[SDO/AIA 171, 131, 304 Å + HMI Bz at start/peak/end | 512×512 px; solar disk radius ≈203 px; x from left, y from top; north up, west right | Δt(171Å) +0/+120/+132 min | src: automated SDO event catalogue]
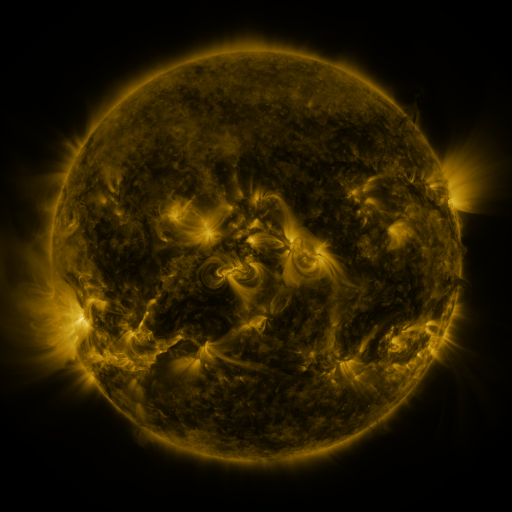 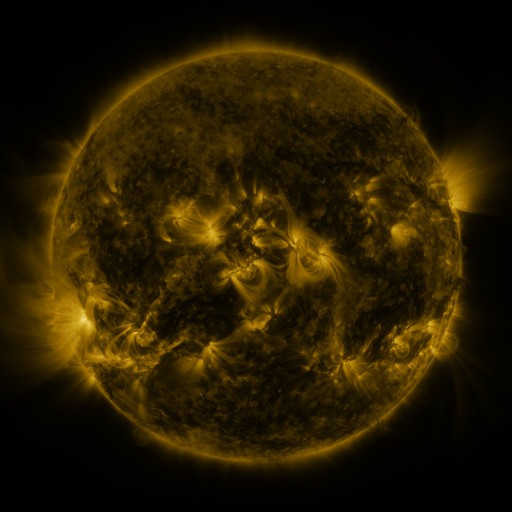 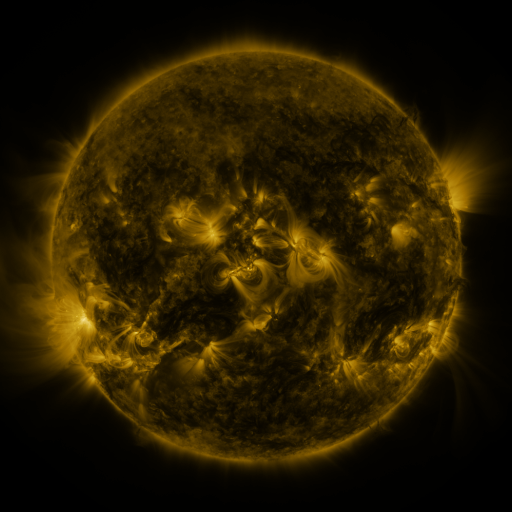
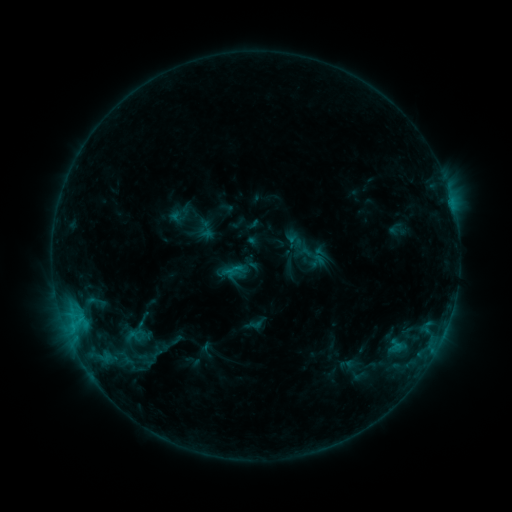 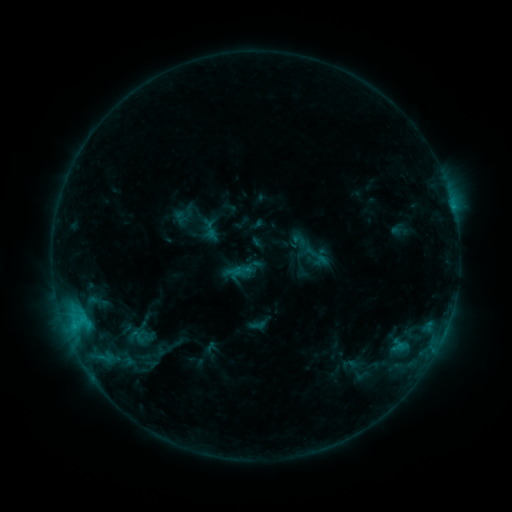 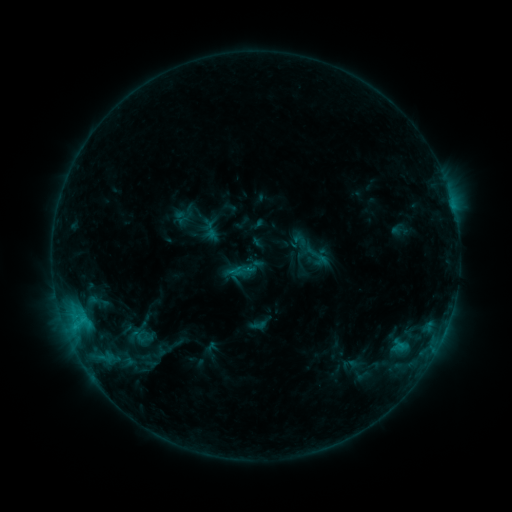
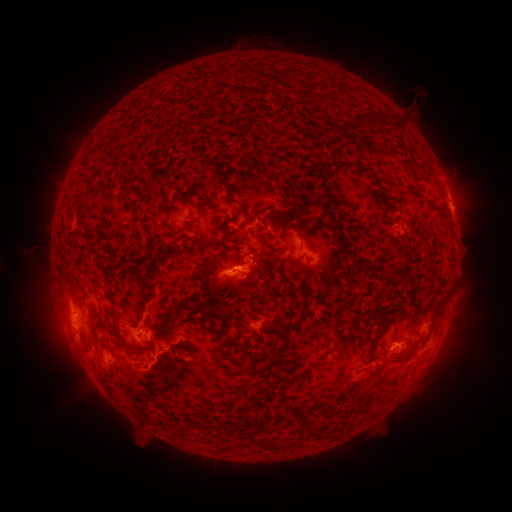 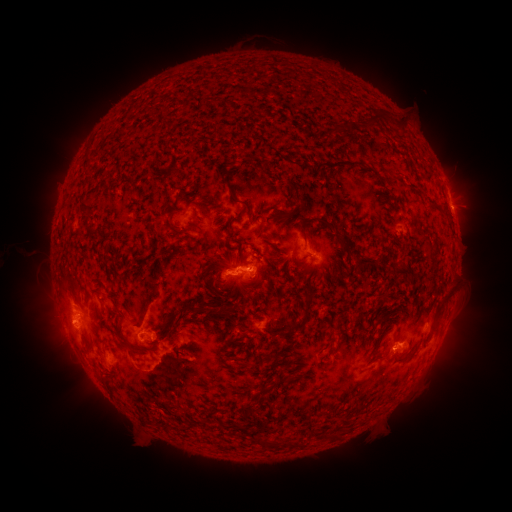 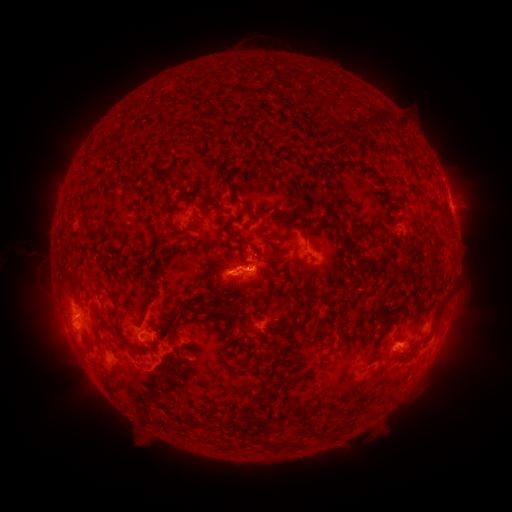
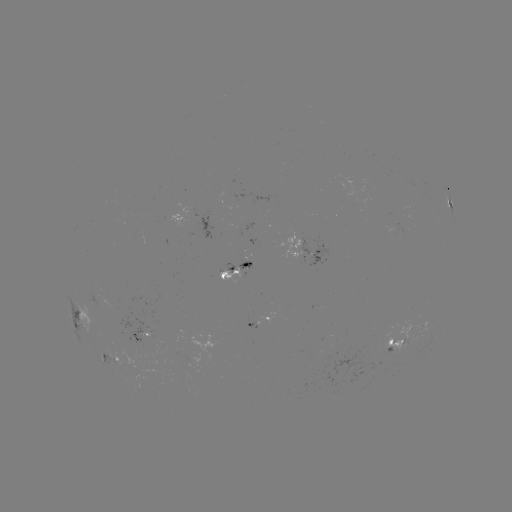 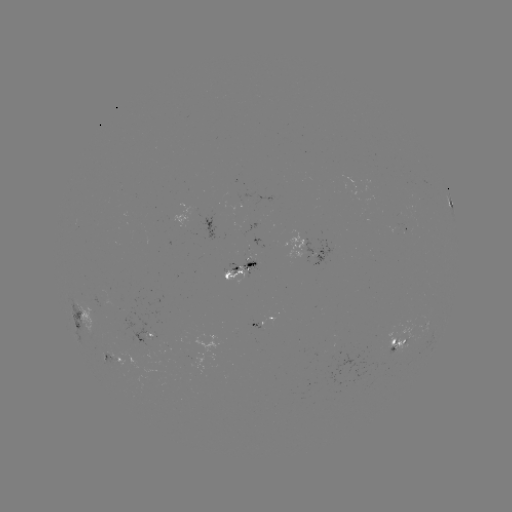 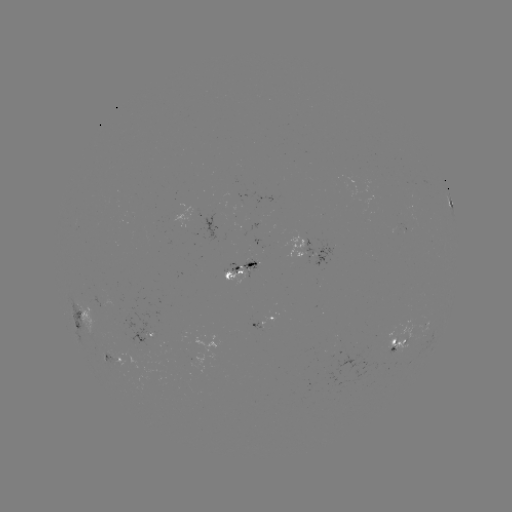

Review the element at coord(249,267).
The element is emerging-flux region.